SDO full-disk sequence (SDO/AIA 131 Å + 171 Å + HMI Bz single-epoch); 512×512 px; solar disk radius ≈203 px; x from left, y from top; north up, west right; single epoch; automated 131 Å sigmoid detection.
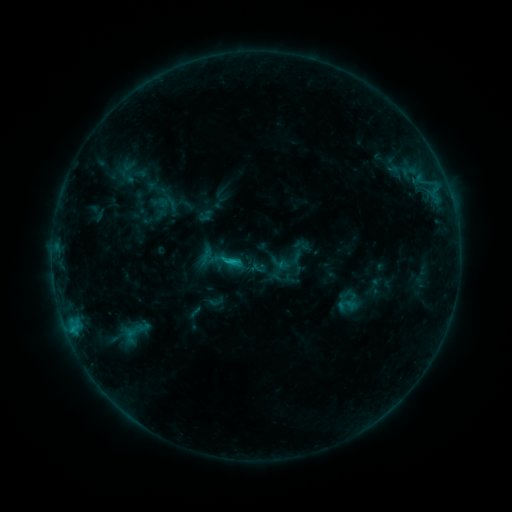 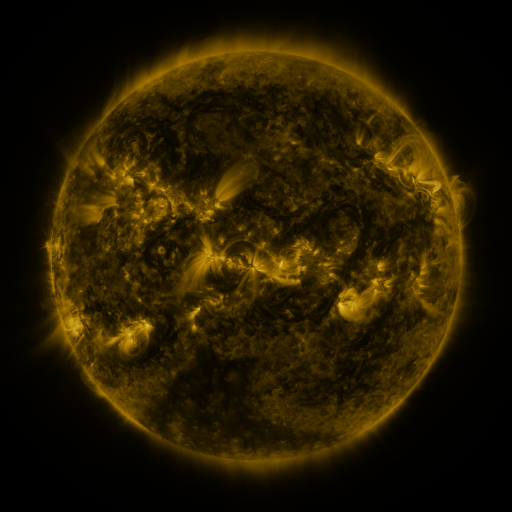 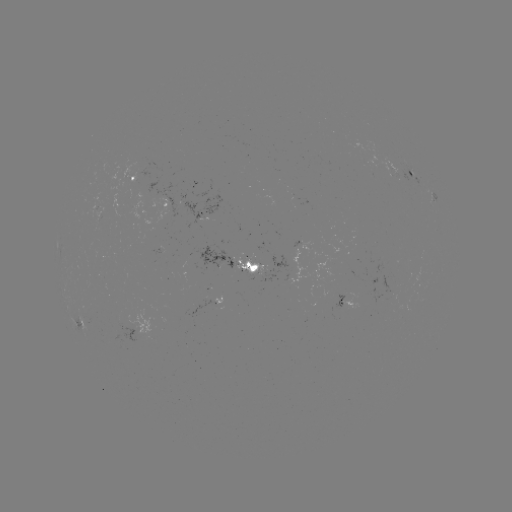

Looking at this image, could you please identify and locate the sigmoid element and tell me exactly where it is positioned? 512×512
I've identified sigmoid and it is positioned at (206, 256).